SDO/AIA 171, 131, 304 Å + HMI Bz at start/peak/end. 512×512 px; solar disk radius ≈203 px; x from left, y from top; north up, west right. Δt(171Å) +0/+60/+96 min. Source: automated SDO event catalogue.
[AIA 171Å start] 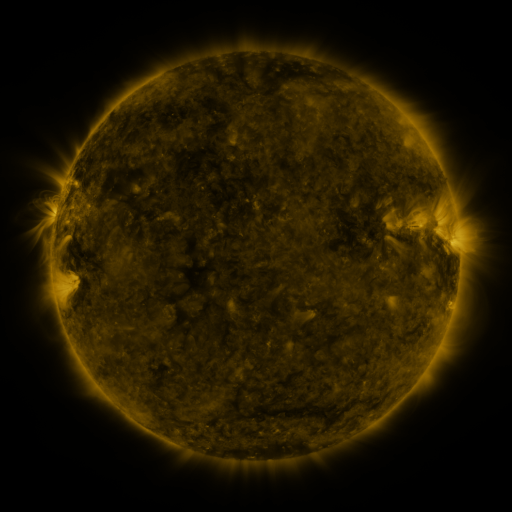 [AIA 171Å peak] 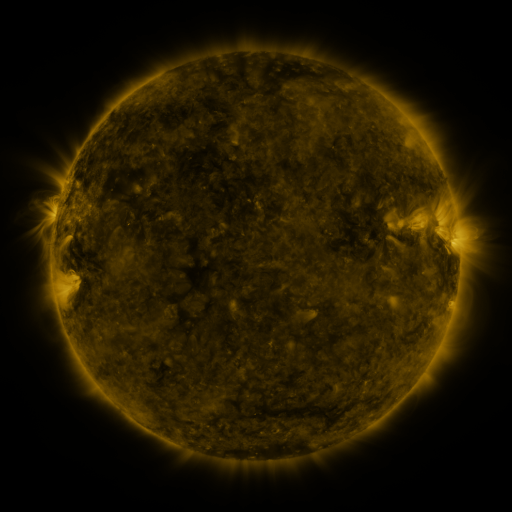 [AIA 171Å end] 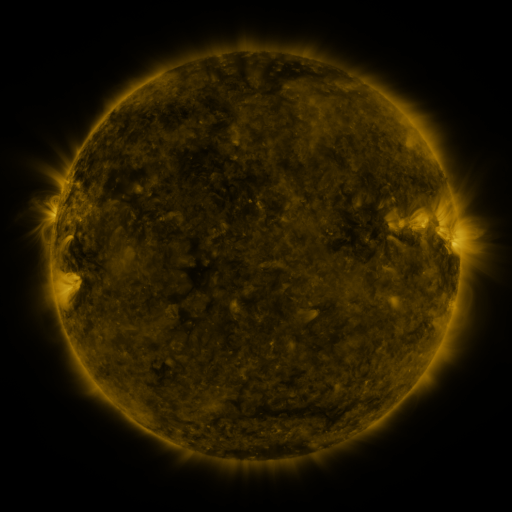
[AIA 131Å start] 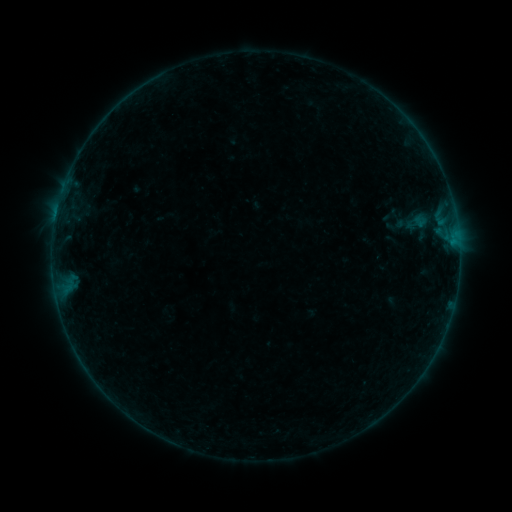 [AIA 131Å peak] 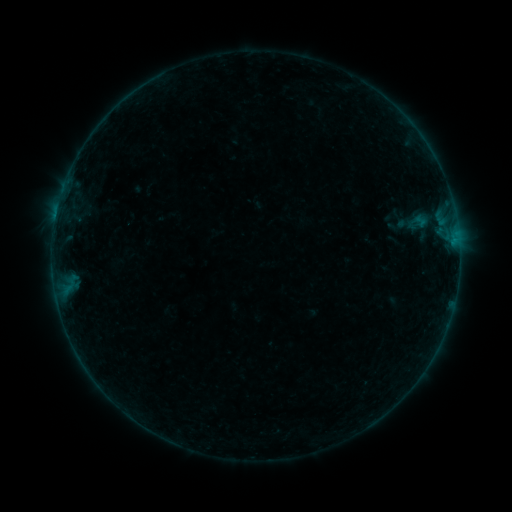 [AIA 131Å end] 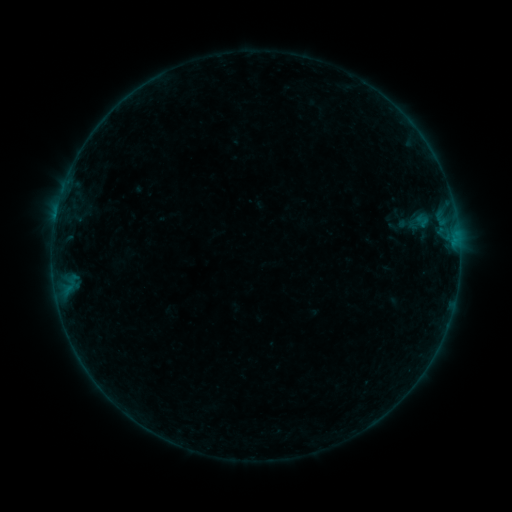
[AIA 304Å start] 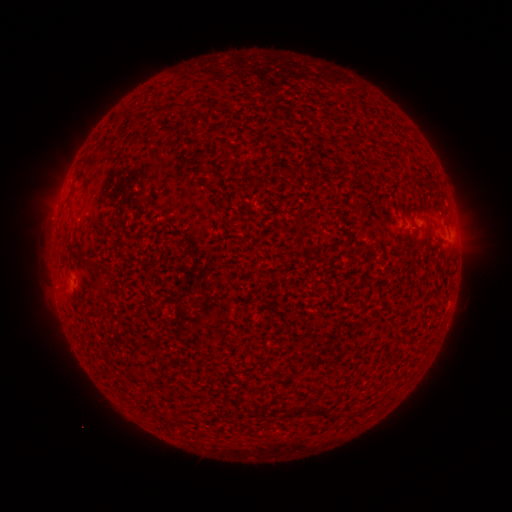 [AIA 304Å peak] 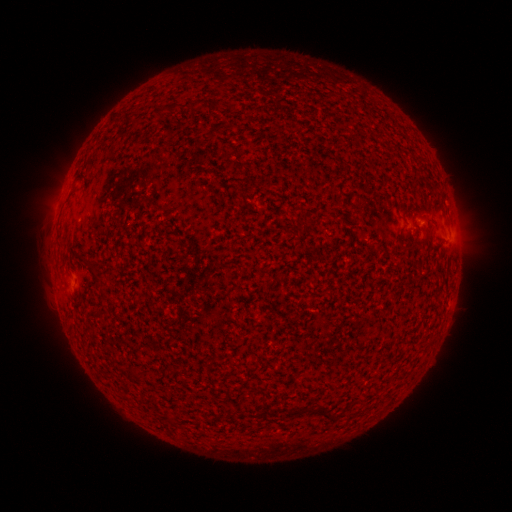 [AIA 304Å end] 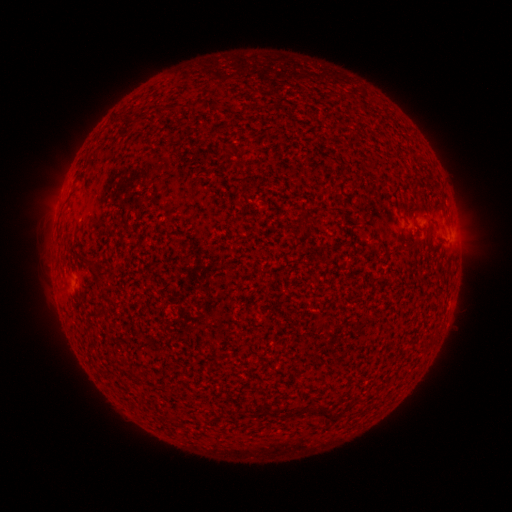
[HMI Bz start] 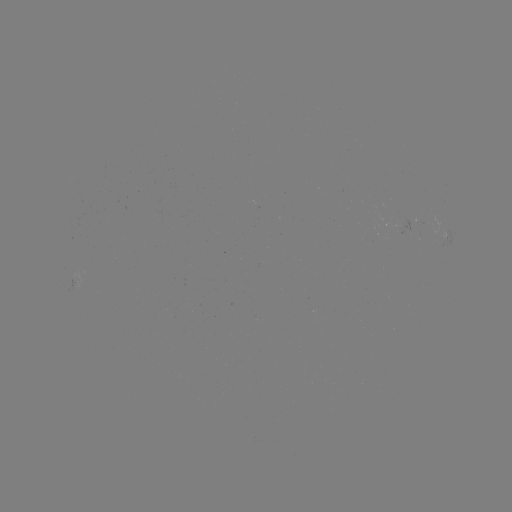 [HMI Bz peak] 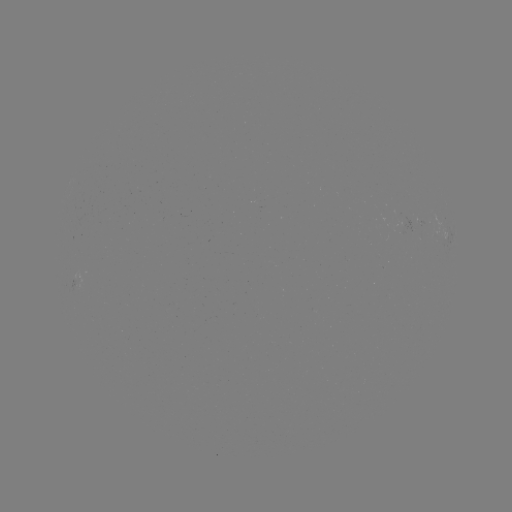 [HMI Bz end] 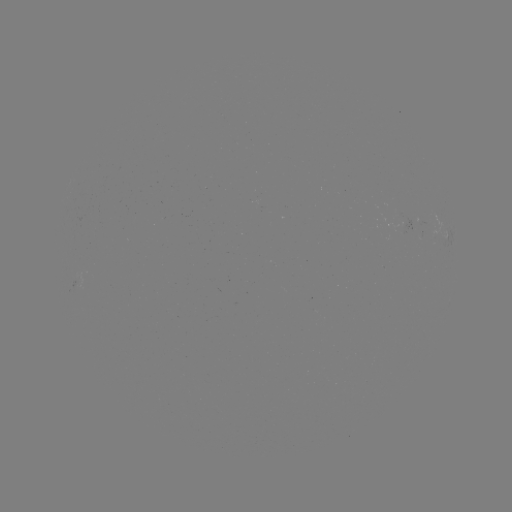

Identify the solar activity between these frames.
emerging-flux region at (403, 224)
